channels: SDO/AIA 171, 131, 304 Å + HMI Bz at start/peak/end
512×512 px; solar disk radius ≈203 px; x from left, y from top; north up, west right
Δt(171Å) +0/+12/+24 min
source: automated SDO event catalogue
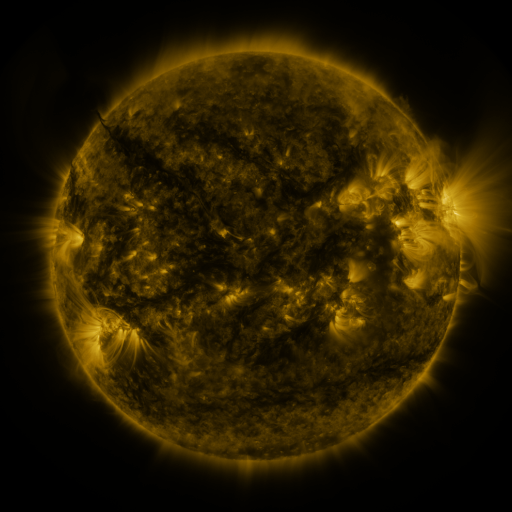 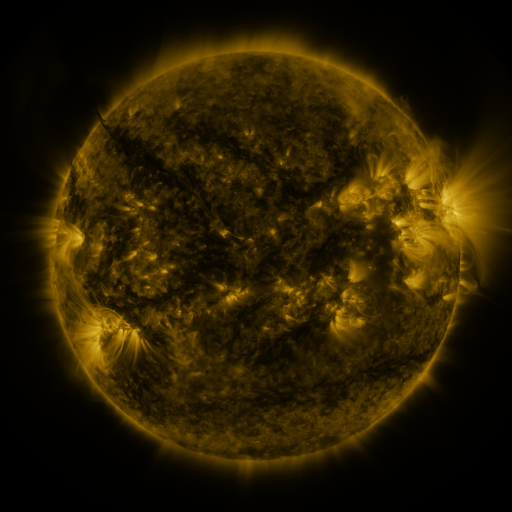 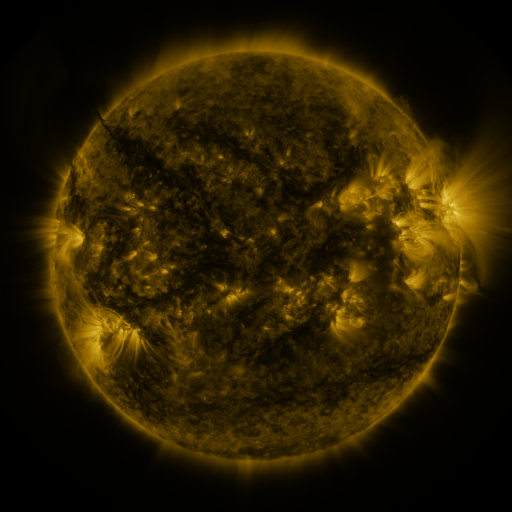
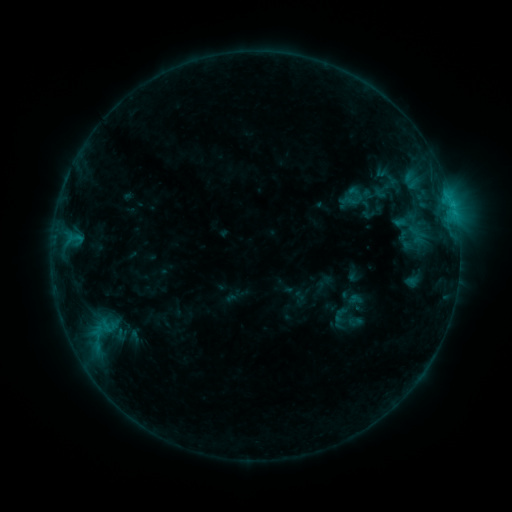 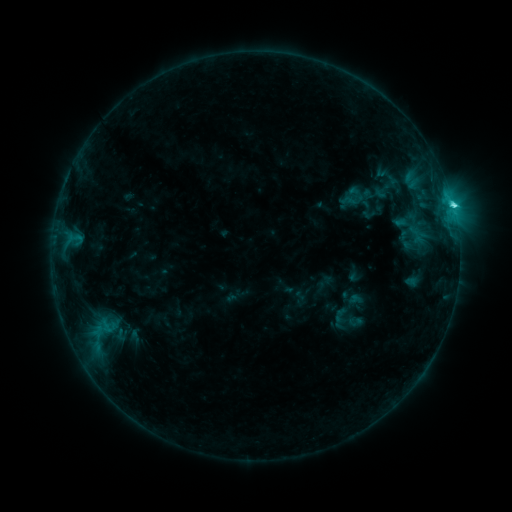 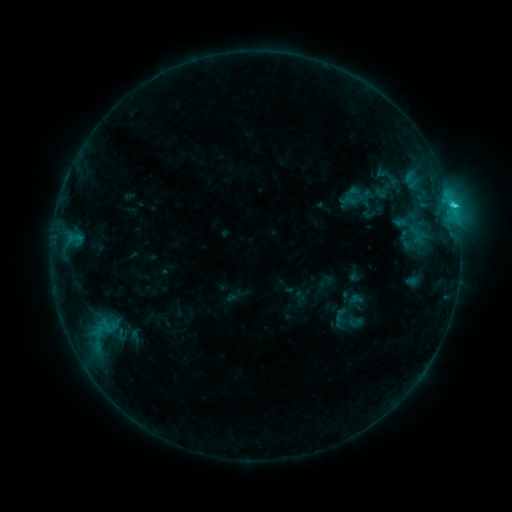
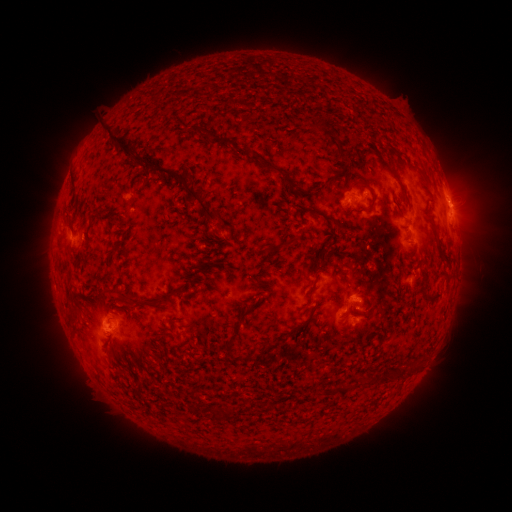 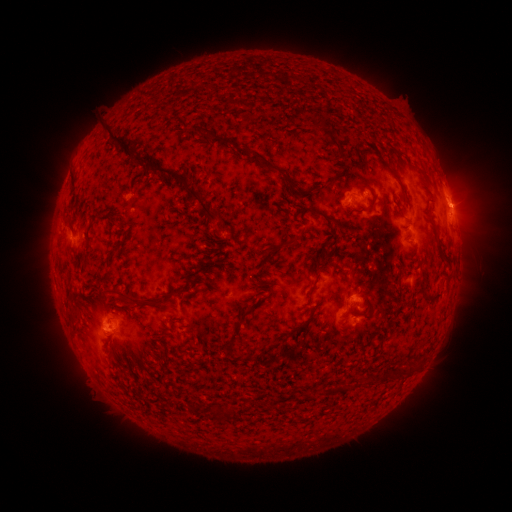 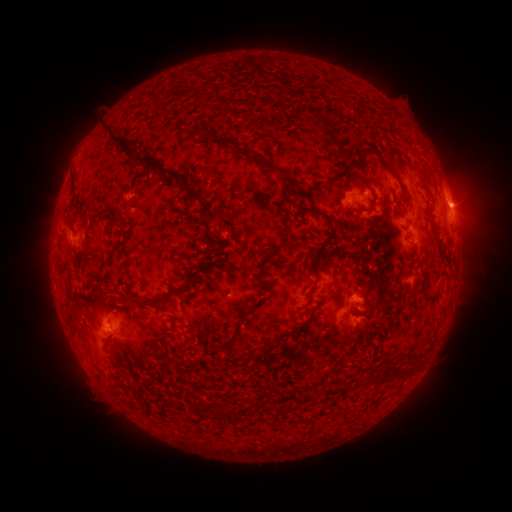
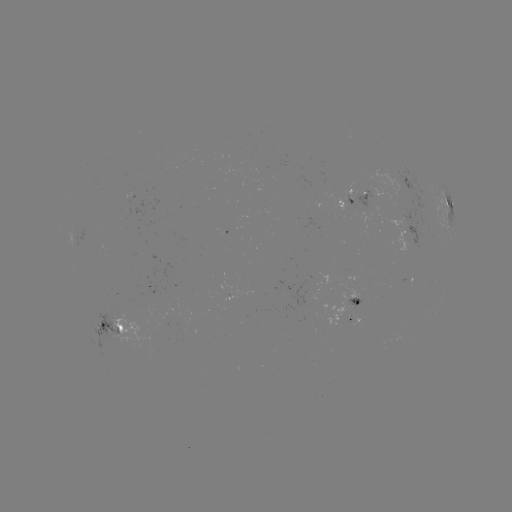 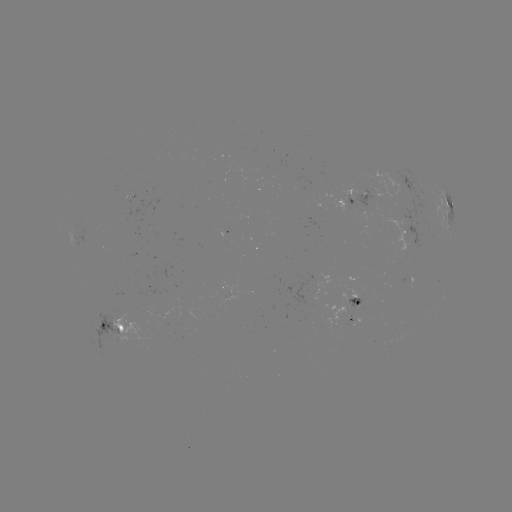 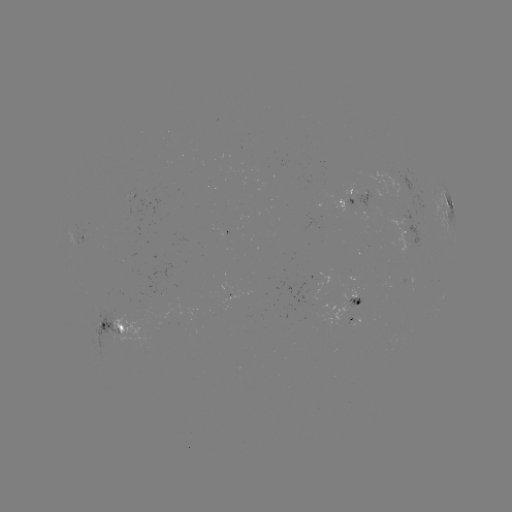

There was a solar flare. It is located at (450, 207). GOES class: C2.6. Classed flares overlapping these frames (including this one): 1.